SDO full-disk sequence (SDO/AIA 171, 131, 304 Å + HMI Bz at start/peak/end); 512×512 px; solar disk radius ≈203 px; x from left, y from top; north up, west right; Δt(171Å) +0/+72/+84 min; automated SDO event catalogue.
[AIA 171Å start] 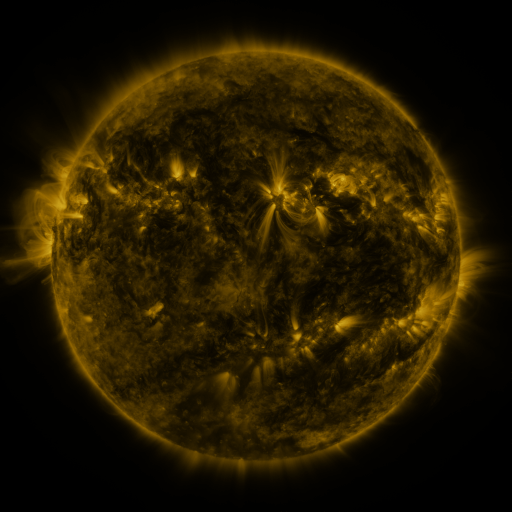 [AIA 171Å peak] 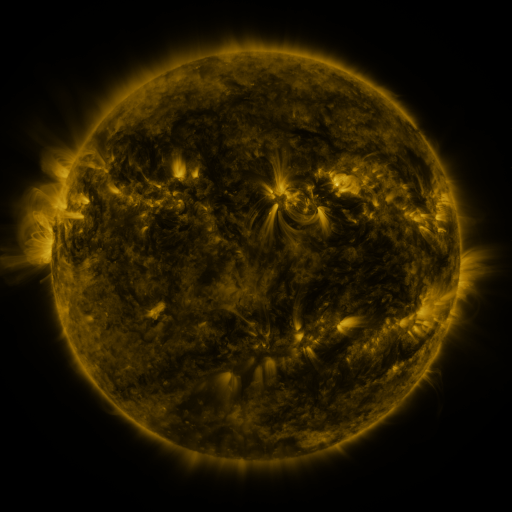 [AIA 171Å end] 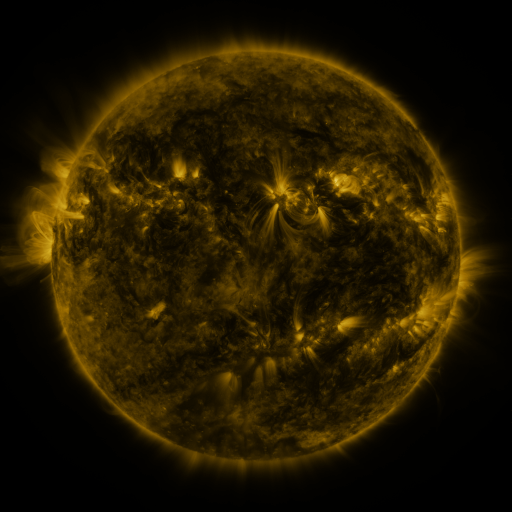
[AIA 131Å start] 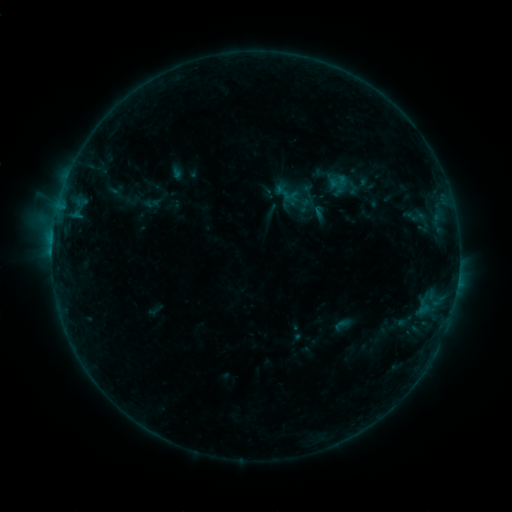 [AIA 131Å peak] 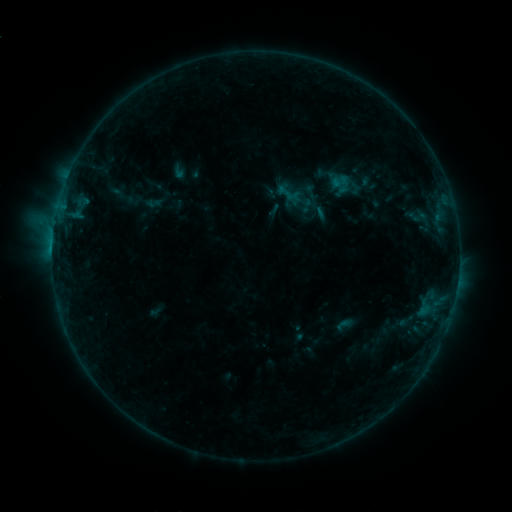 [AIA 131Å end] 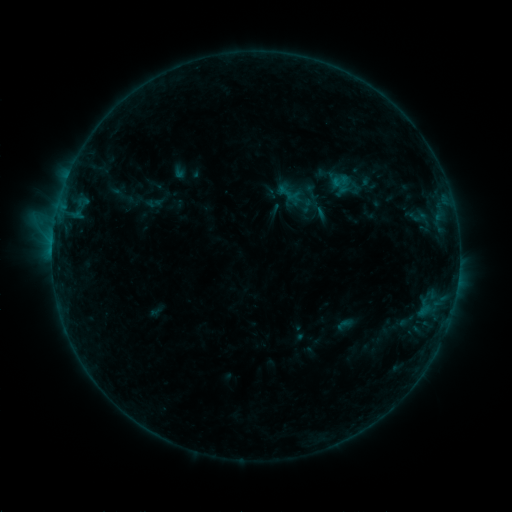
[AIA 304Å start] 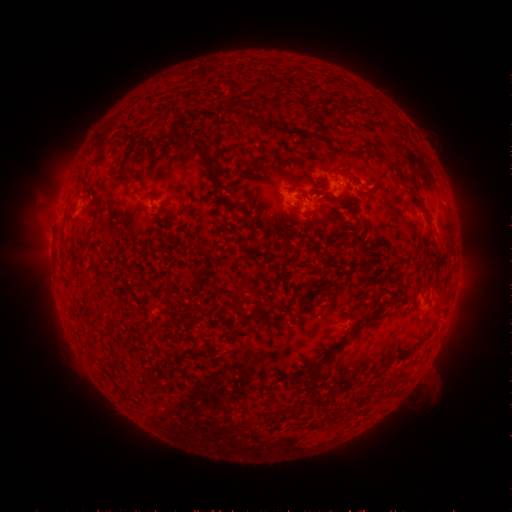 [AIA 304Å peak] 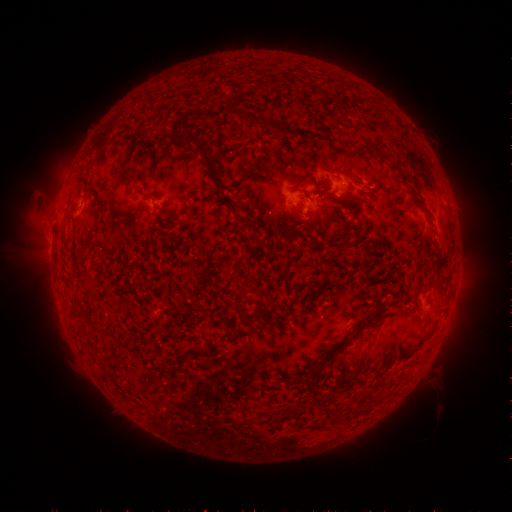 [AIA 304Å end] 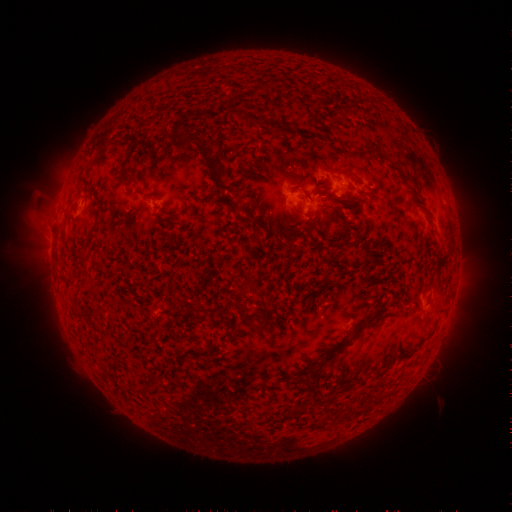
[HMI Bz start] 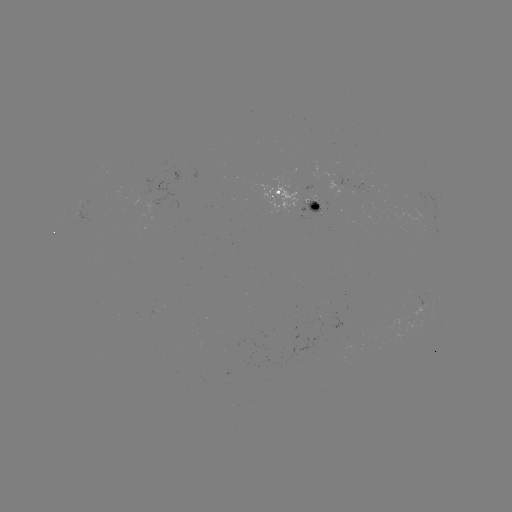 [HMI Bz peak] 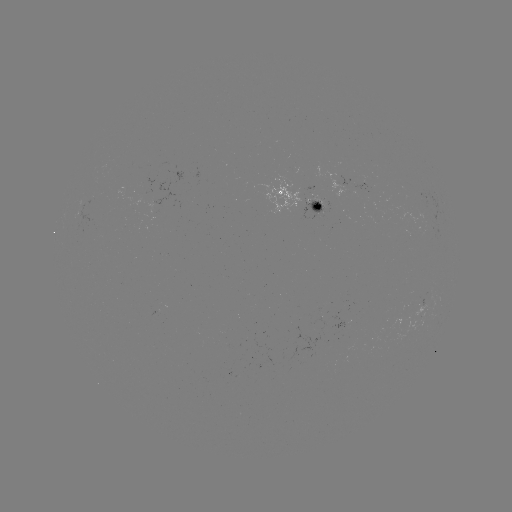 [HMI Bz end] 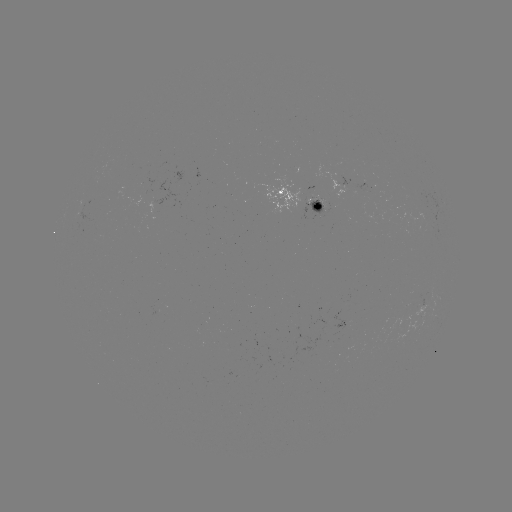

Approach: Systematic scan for emerging-flux region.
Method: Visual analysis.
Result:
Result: emerging-flux region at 320,319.